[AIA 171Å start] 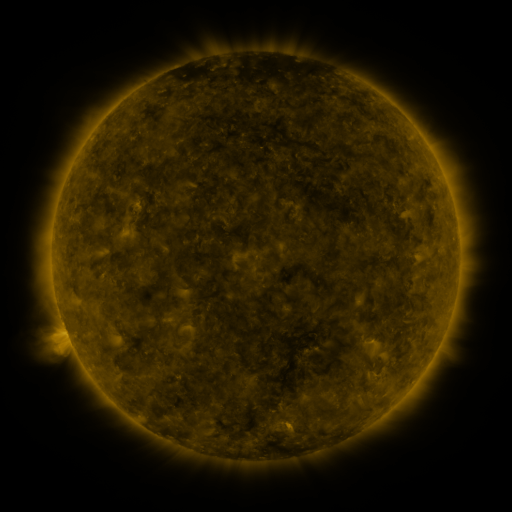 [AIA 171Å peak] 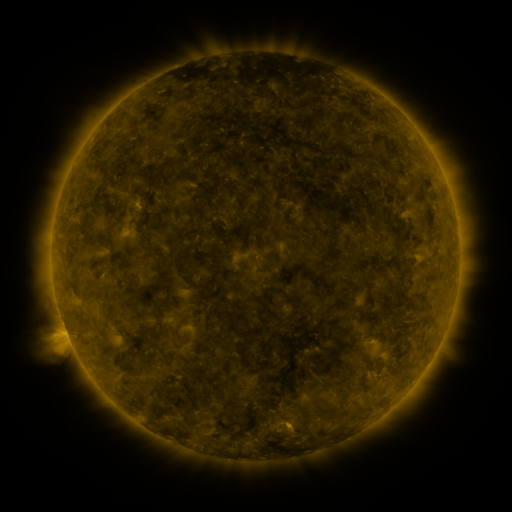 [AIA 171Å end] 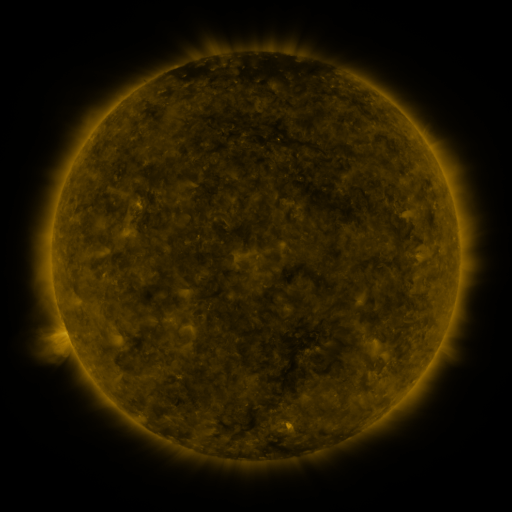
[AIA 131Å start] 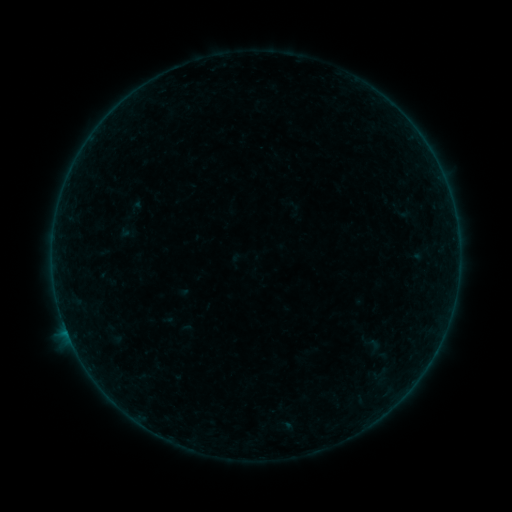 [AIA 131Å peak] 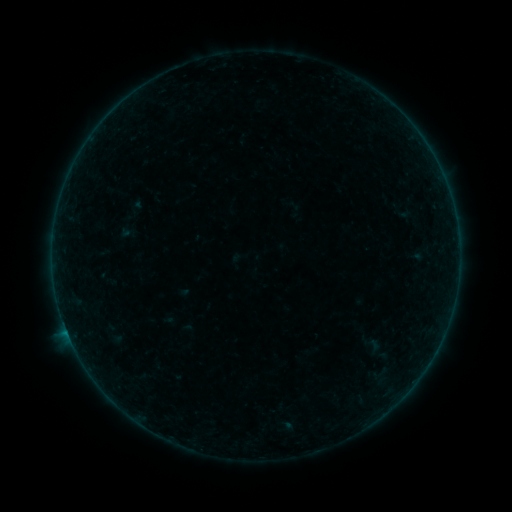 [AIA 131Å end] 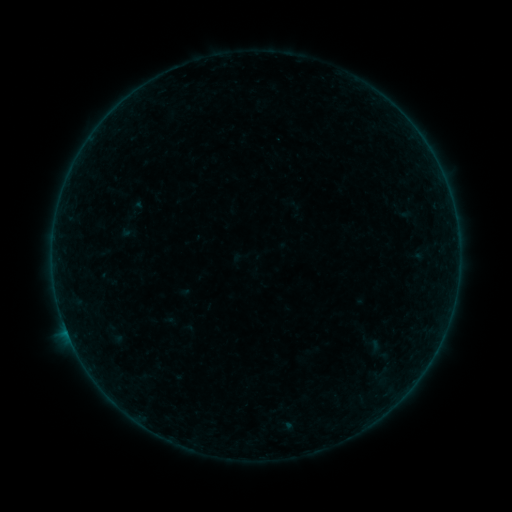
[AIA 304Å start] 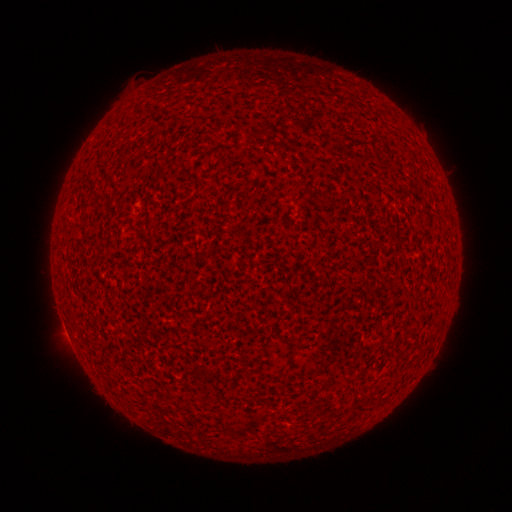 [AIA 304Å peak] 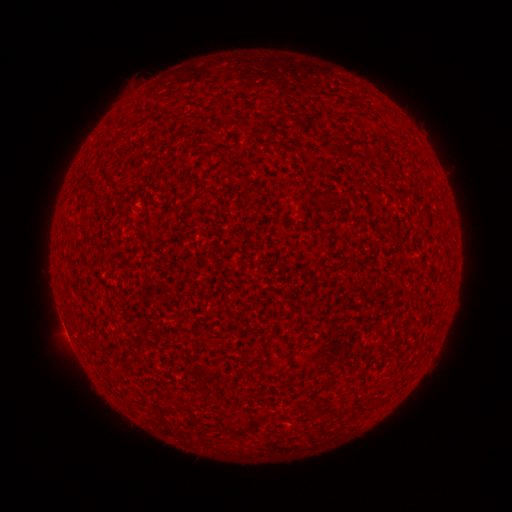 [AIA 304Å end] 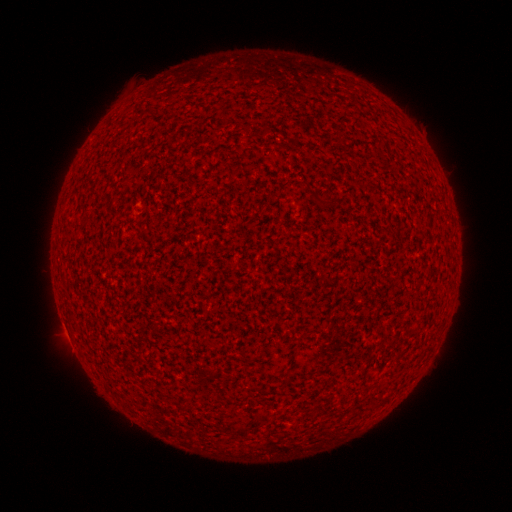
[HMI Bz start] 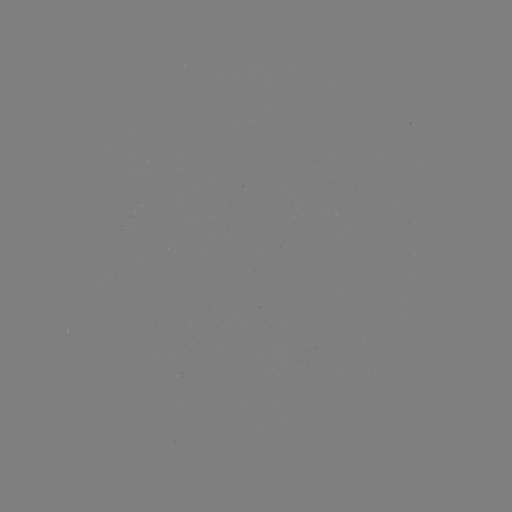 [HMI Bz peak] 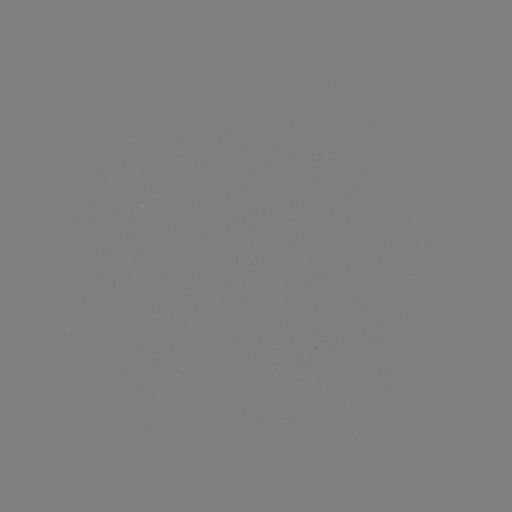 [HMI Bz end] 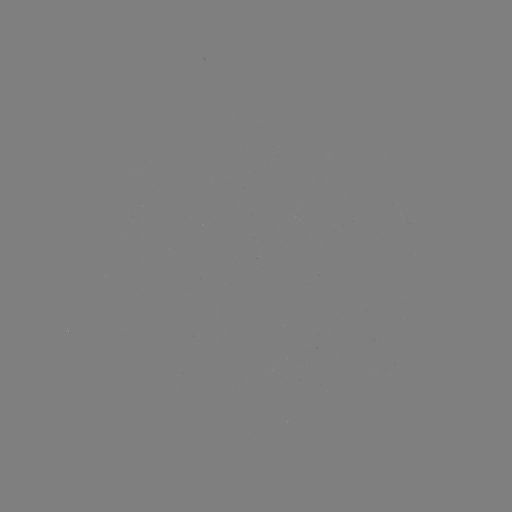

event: flare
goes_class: A5.1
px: (66, 329)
